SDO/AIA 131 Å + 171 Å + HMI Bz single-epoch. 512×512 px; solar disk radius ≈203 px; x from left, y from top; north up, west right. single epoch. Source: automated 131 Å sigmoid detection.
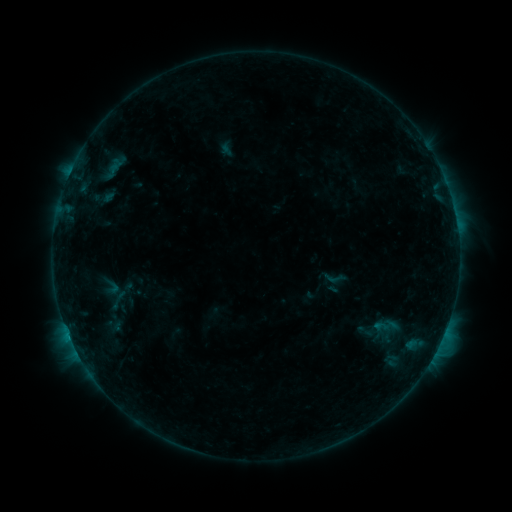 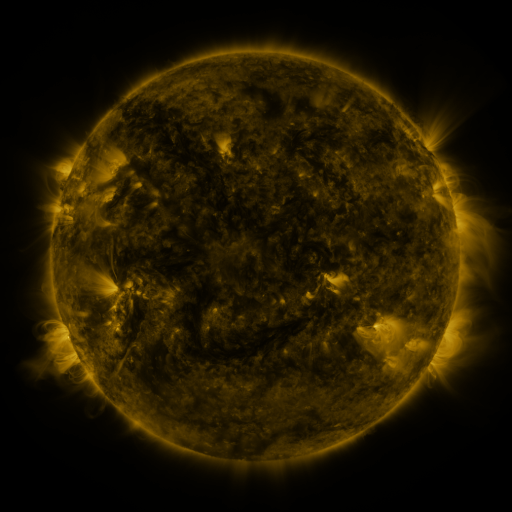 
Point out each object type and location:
sigmoid: (323, 266, 347, 291)
sigmoid: (373, 317, 390, 336)
